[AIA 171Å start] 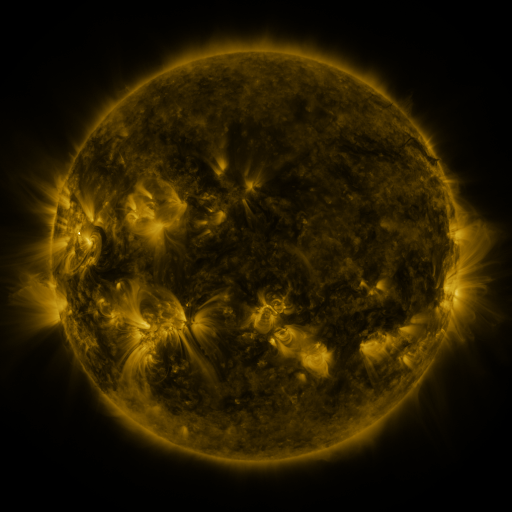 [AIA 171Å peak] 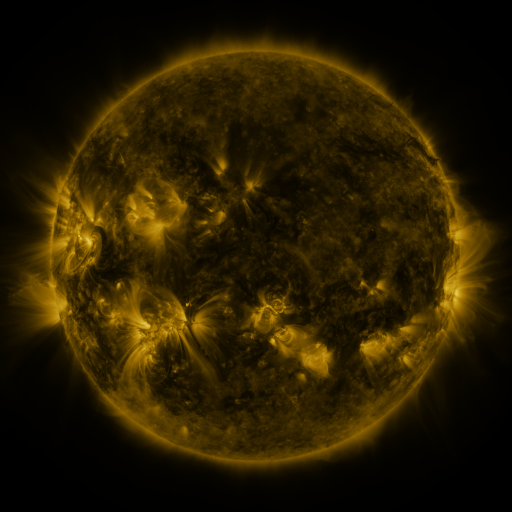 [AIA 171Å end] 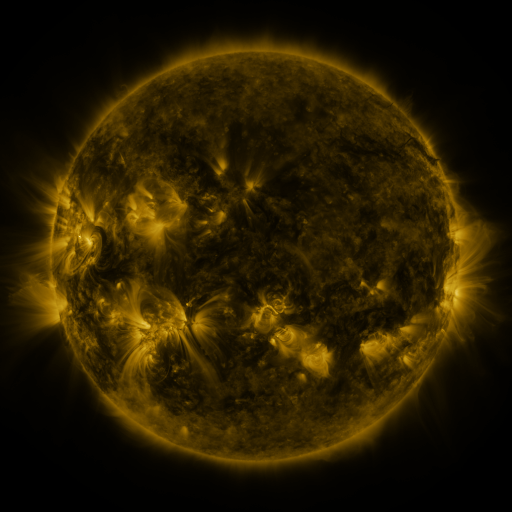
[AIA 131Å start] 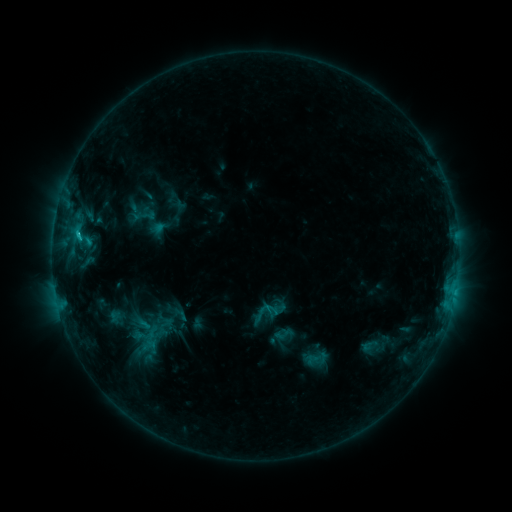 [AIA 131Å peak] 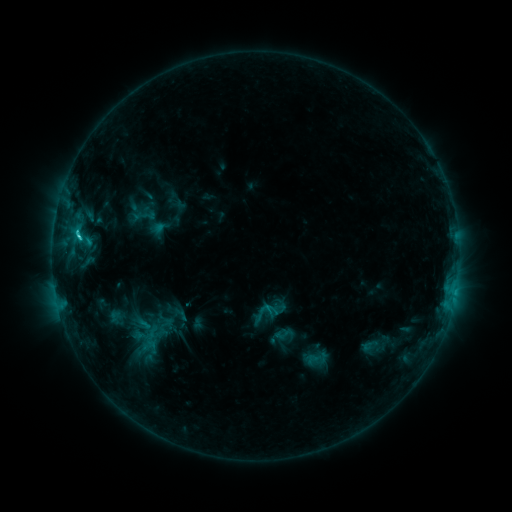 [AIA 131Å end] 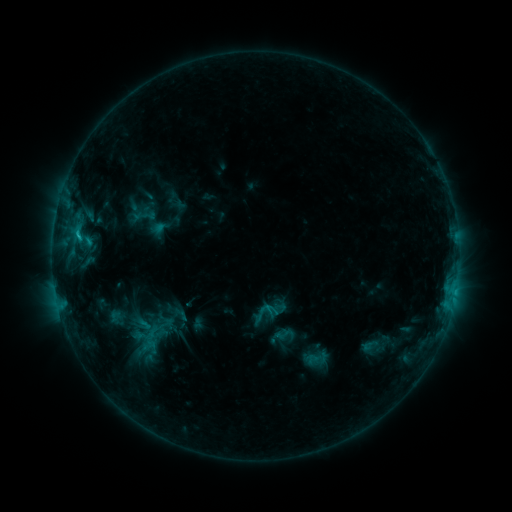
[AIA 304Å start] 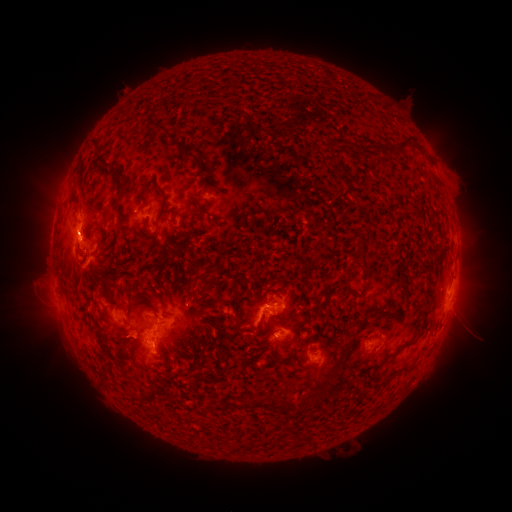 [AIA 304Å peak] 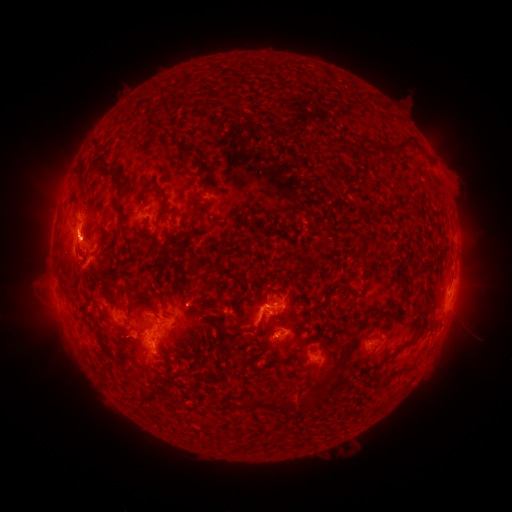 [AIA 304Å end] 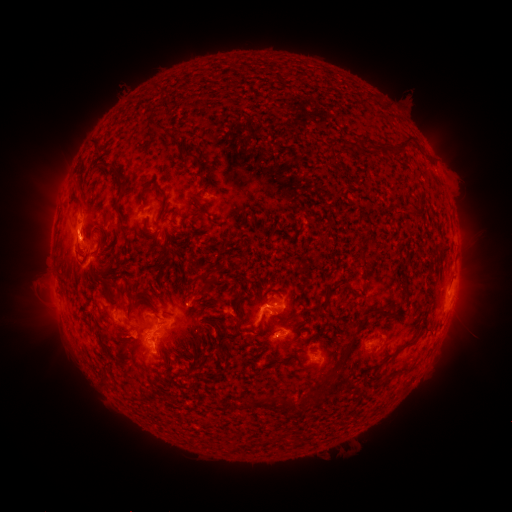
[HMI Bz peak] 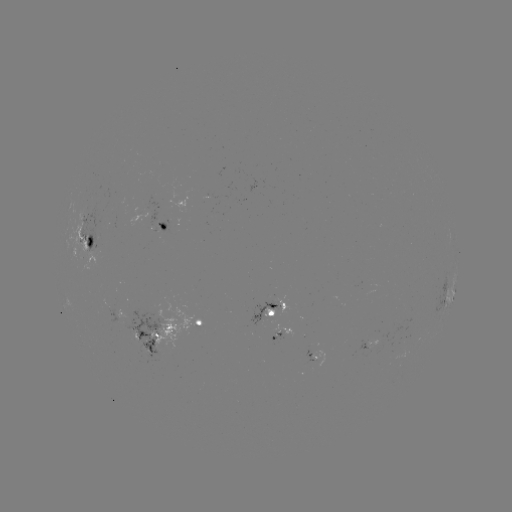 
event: flare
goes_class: C2.3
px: (80, 239)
